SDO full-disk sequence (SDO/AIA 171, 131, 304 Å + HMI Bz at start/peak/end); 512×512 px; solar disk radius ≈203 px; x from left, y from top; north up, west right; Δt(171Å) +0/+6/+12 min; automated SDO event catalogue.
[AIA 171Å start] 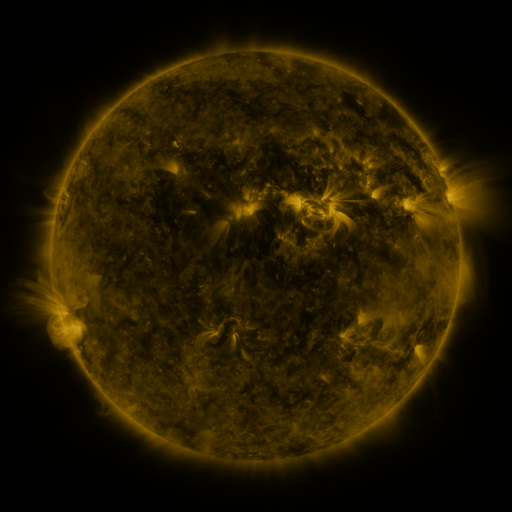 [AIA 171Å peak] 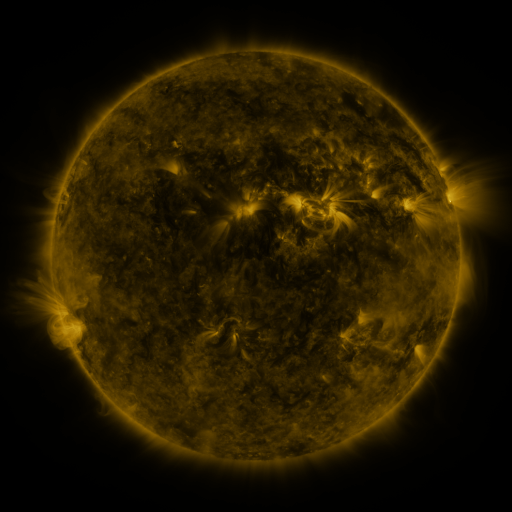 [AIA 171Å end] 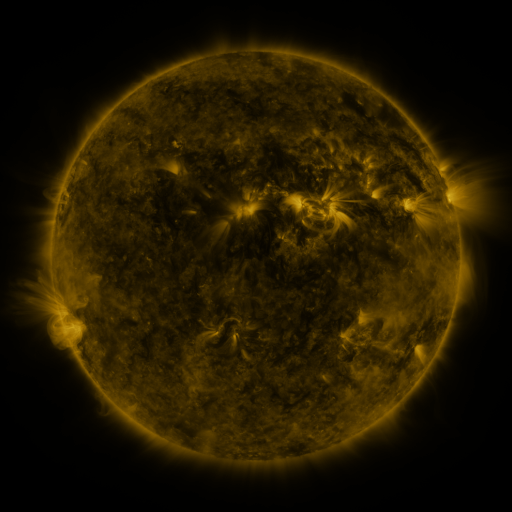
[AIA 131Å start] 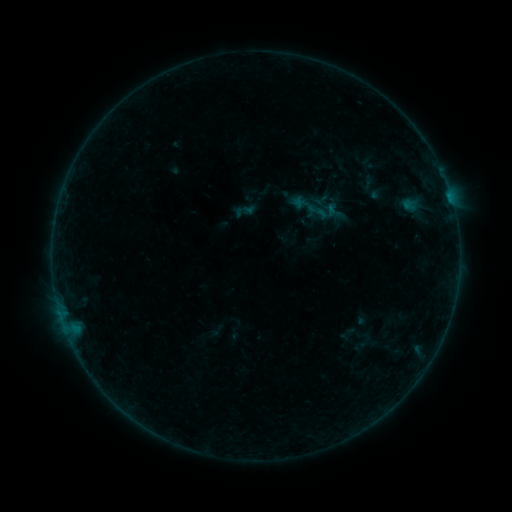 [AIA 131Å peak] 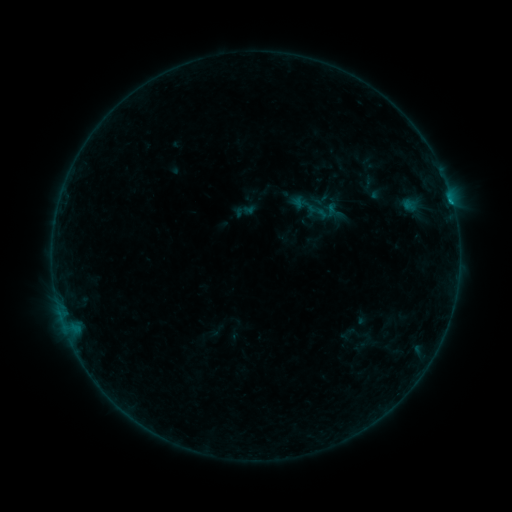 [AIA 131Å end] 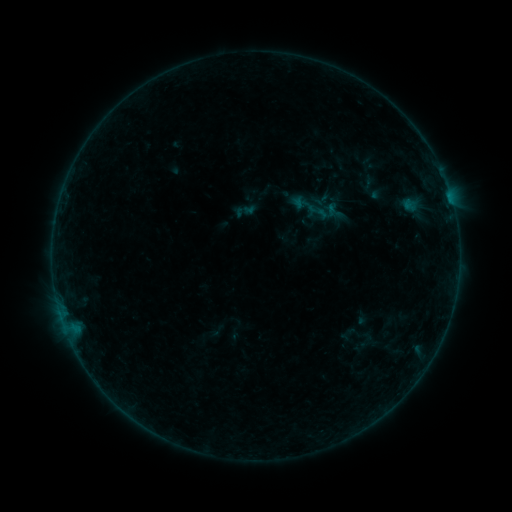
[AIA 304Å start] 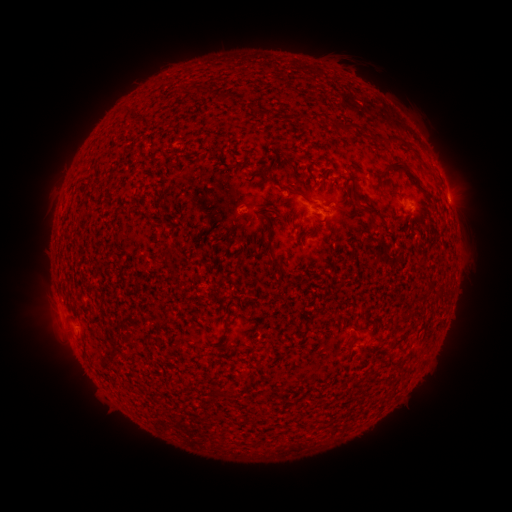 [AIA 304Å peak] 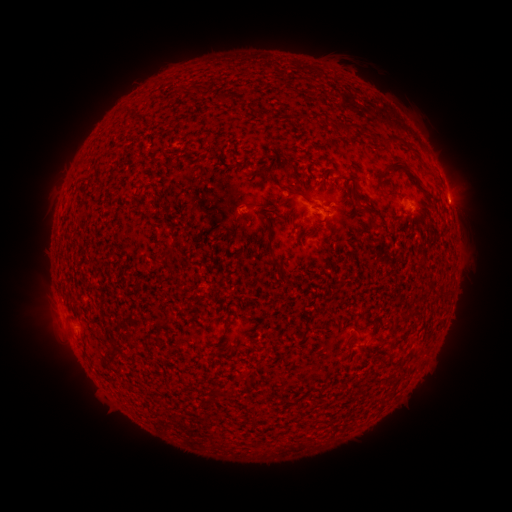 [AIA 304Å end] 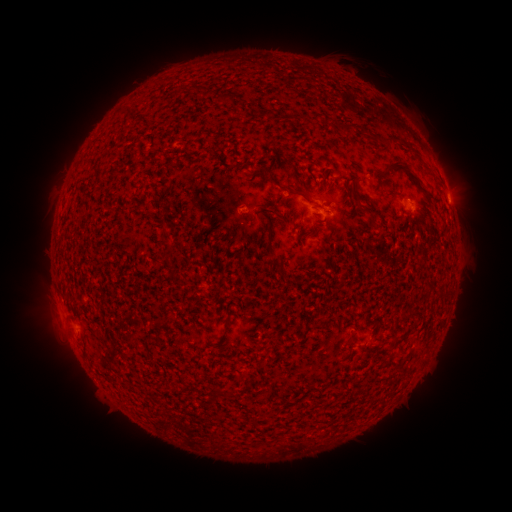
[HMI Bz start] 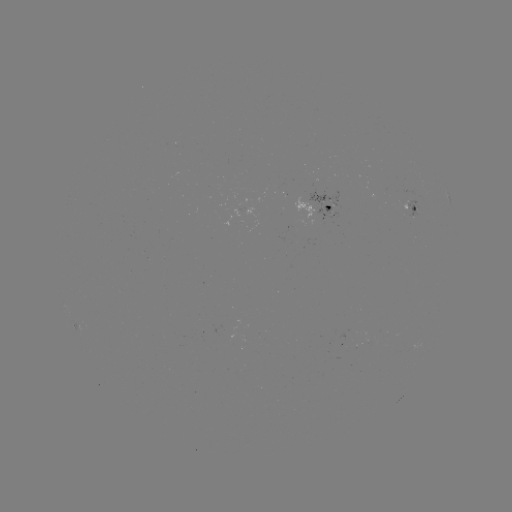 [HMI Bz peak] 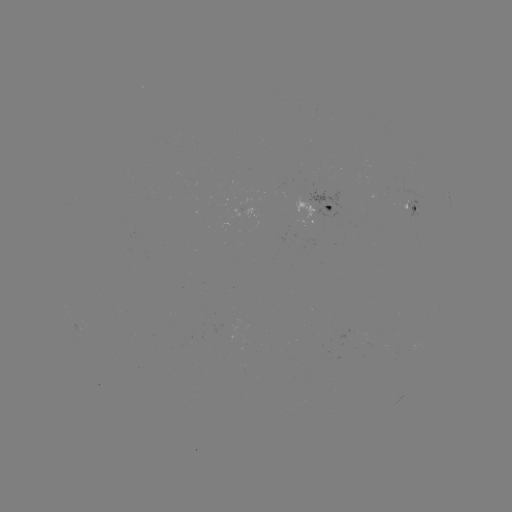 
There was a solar flare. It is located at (451, 204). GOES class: B2.9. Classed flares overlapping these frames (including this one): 1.